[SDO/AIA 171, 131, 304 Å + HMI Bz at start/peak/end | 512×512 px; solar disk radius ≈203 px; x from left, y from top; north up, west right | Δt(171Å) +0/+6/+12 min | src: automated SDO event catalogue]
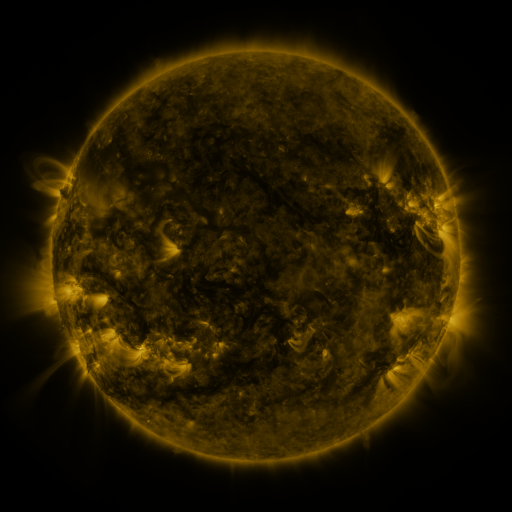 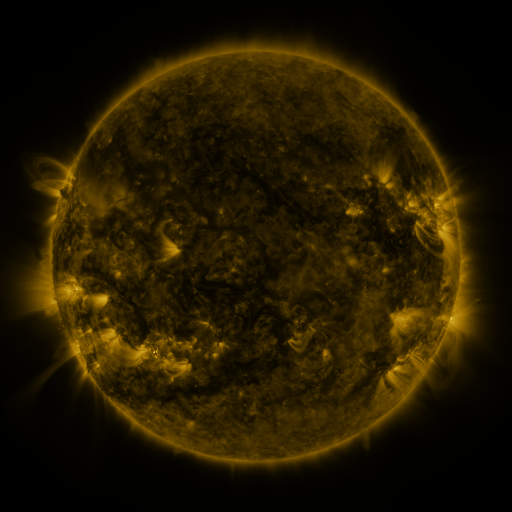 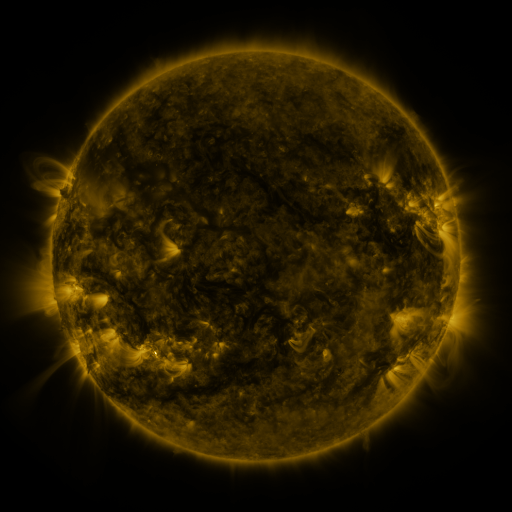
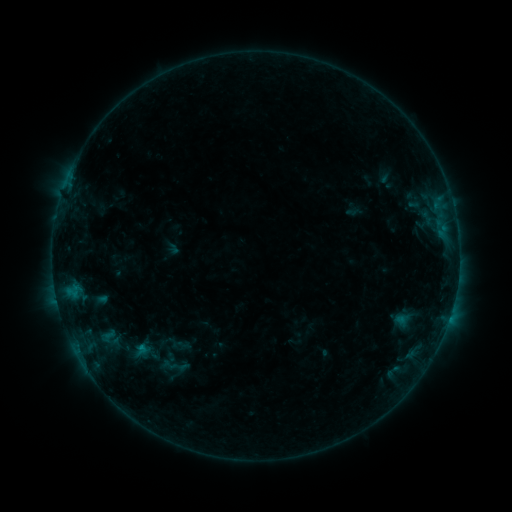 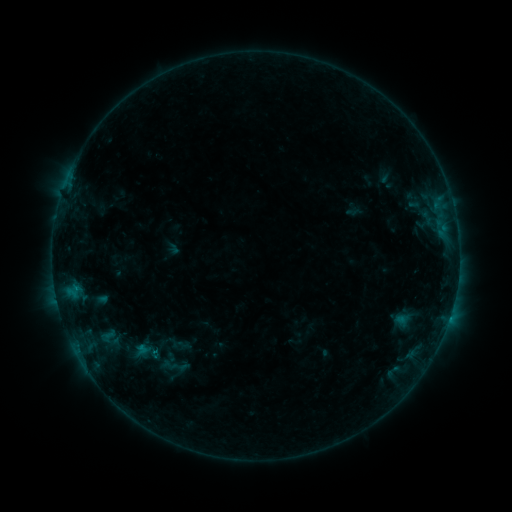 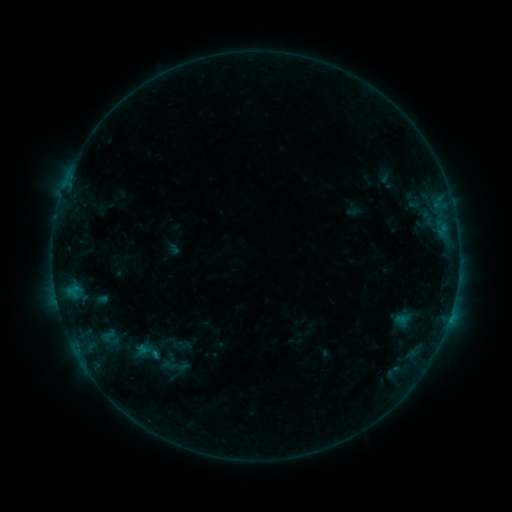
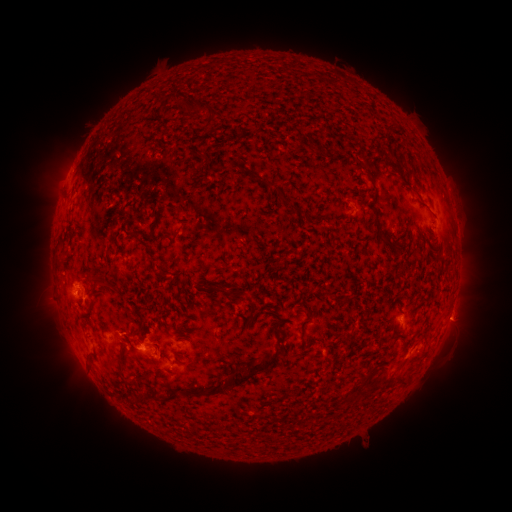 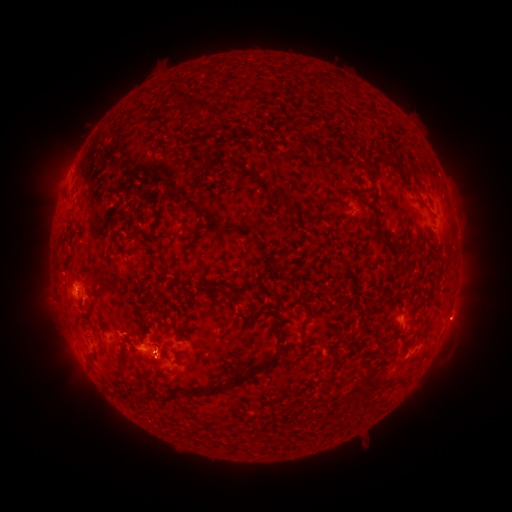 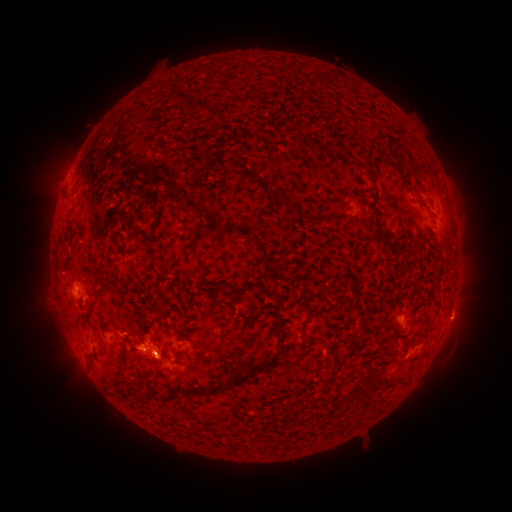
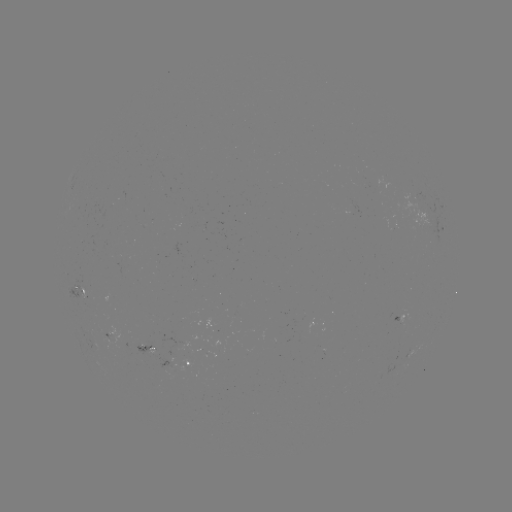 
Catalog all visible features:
B5.0 flare: (155, 349)
